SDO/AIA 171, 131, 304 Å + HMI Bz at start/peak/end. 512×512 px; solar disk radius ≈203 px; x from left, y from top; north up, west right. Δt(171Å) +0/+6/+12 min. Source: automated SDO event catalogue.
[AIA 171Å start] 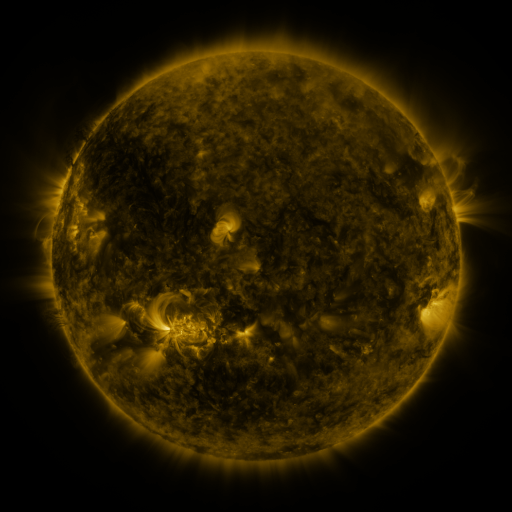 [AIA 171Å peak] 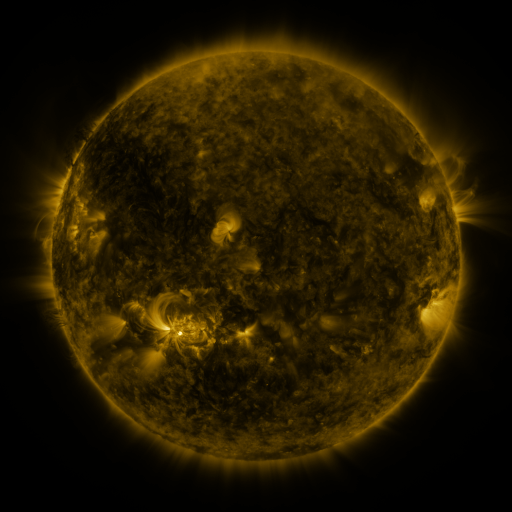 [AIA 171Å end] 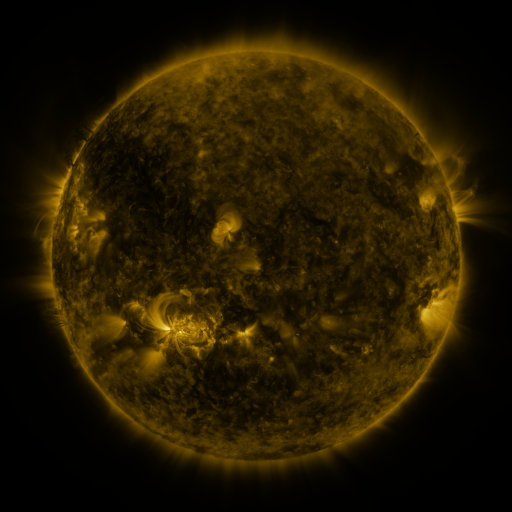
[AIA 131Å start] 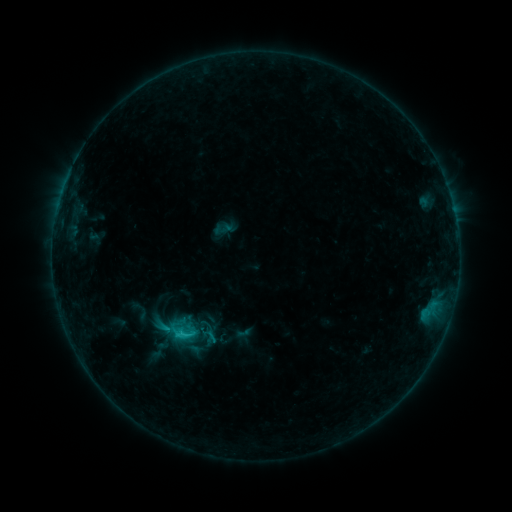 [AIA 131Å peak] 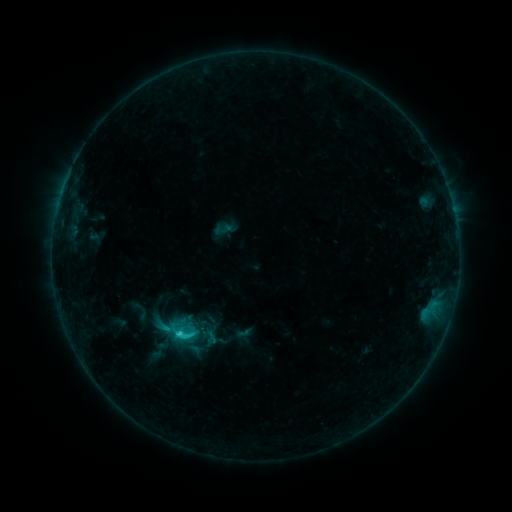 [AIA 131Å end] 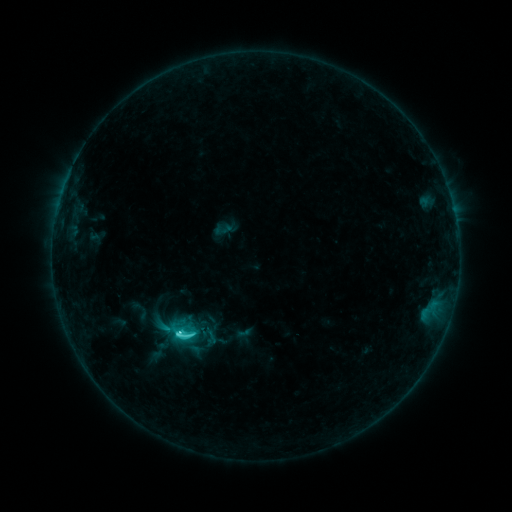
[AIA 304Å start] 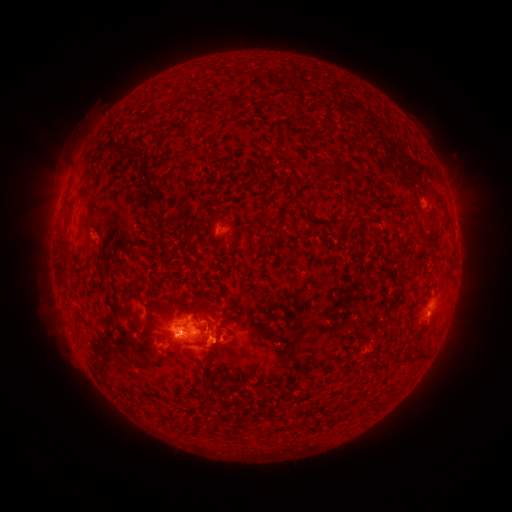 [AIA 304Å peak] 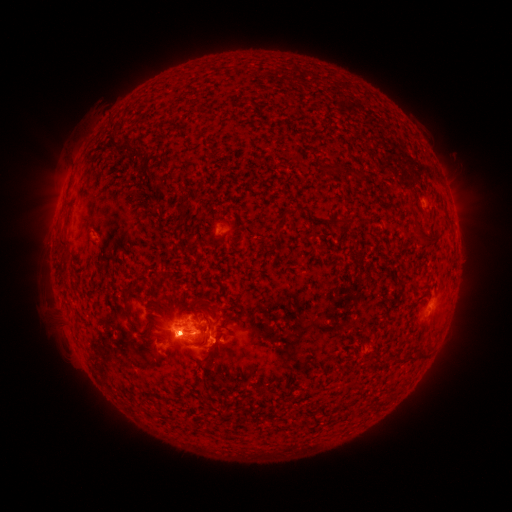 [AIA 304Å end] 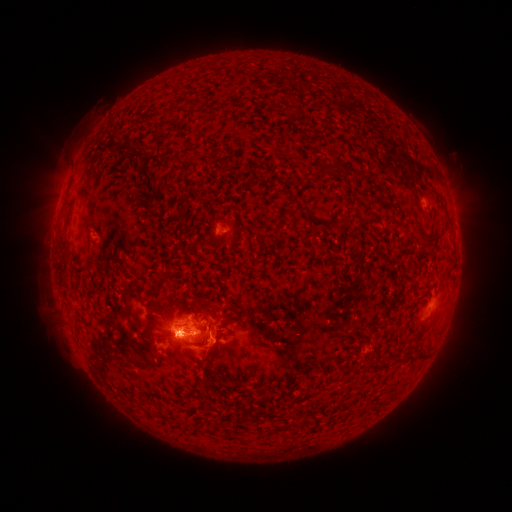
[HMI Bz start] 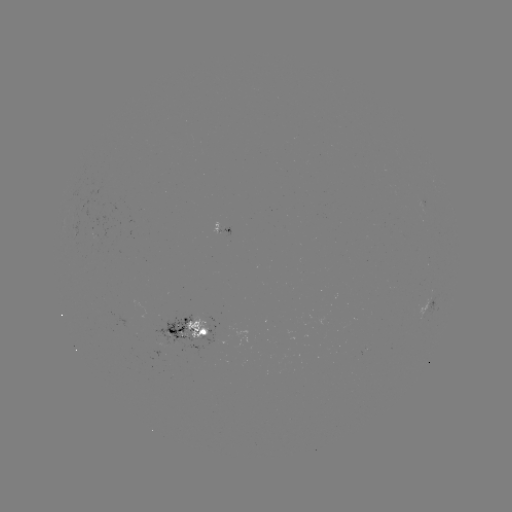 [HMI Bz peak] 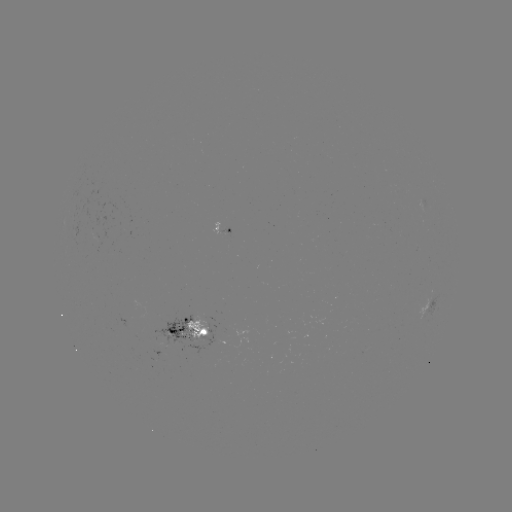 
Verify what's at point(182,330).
C5.1 flare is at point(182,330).